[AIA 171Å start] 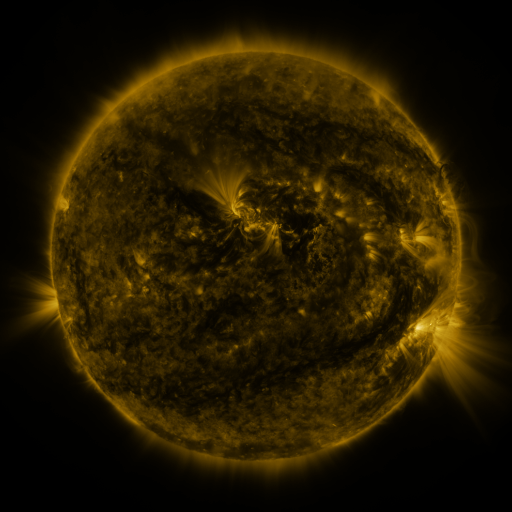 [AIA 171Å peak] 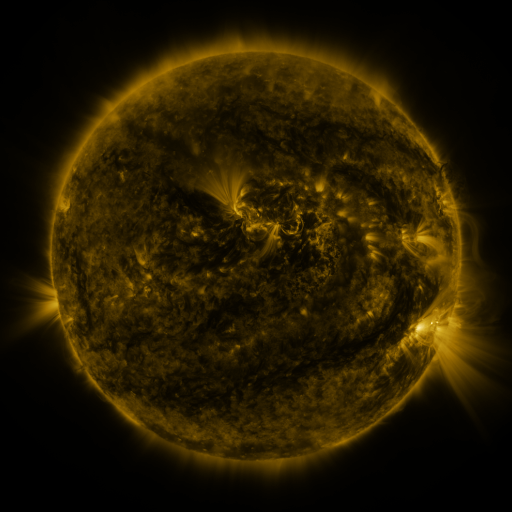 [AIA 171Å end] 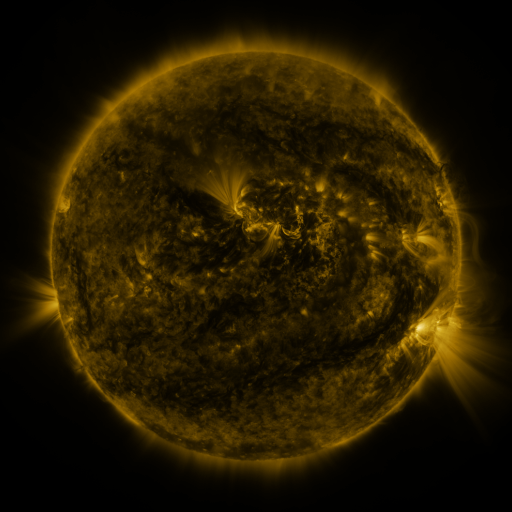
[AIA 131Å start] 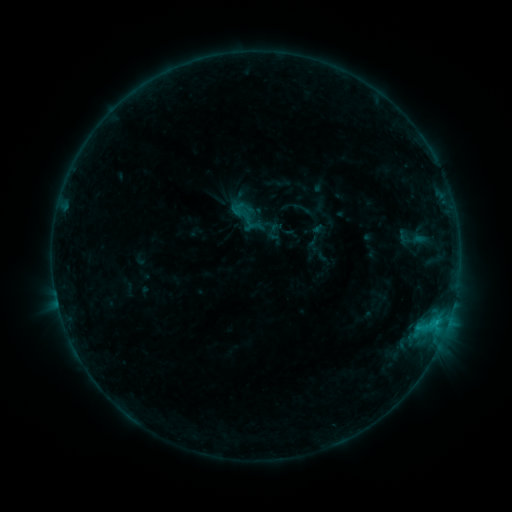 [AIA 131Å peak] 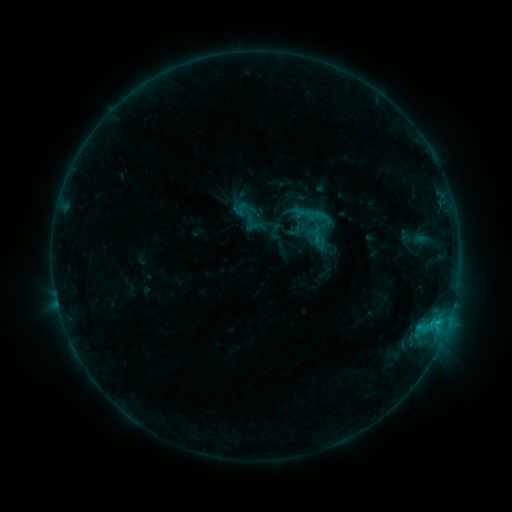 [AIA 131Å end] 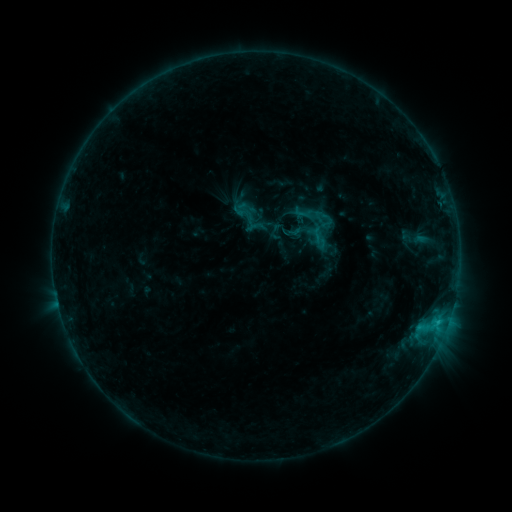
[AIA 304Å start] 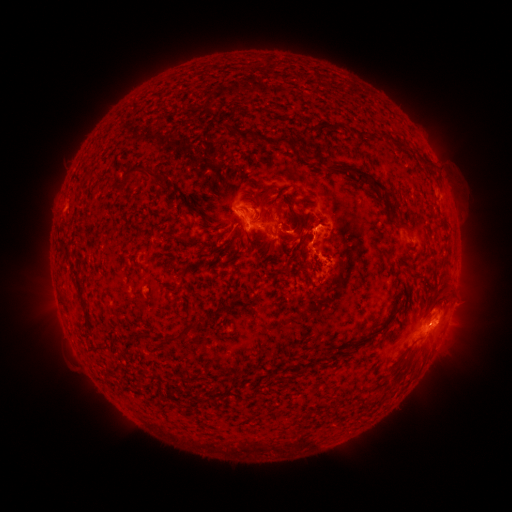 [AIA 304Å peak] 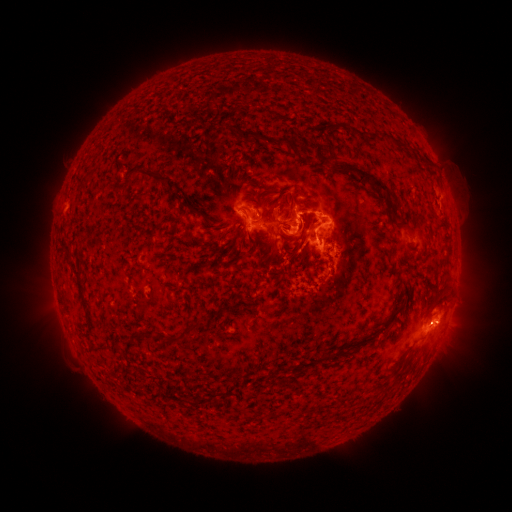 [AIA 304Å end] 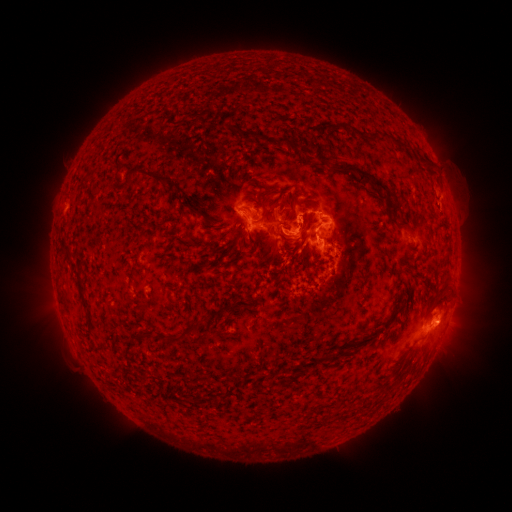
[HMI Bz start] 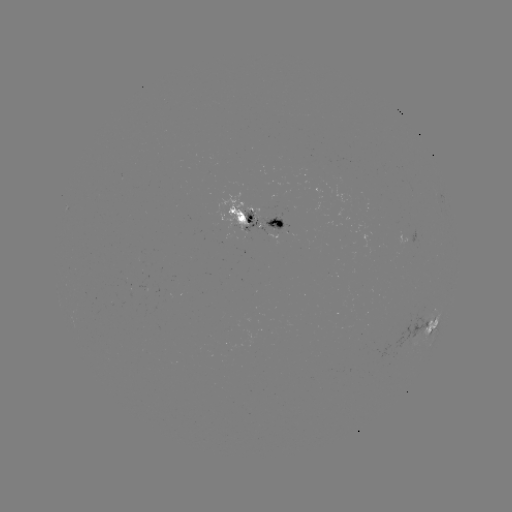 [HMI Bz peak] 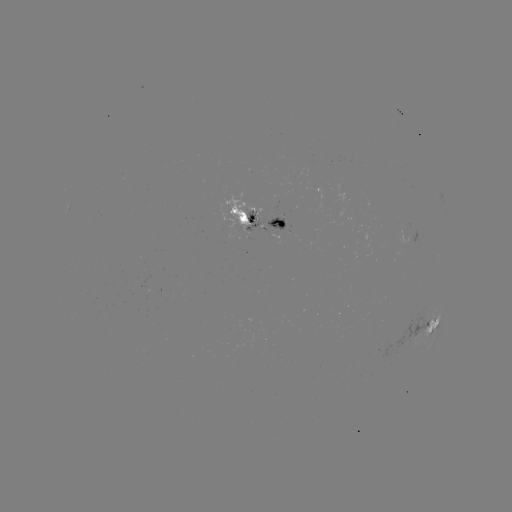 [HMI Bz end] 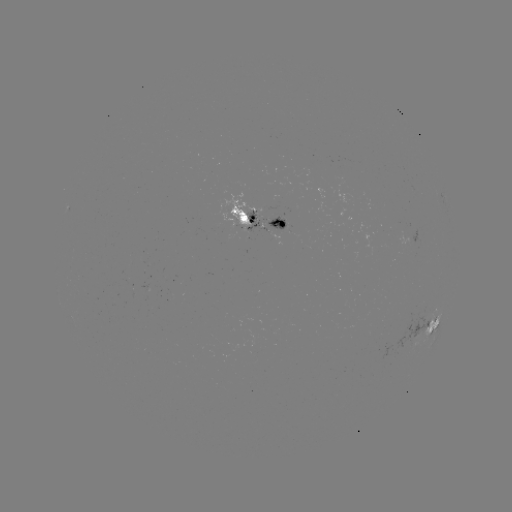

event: emerging-flux region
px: (238, 219)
